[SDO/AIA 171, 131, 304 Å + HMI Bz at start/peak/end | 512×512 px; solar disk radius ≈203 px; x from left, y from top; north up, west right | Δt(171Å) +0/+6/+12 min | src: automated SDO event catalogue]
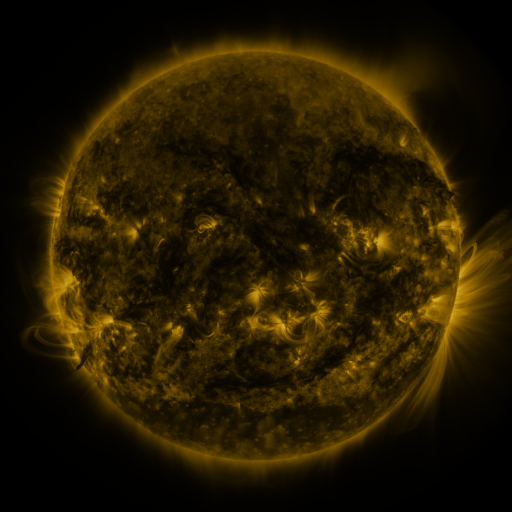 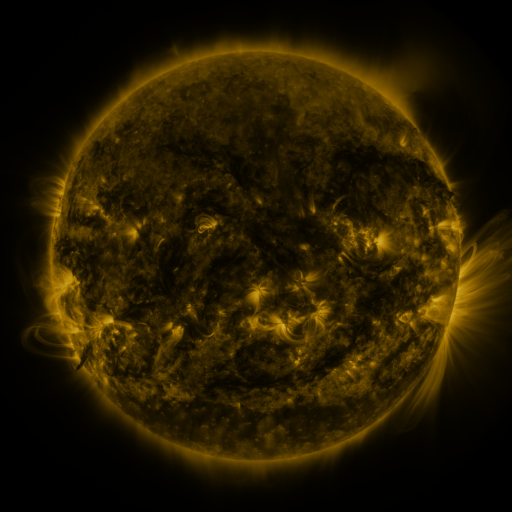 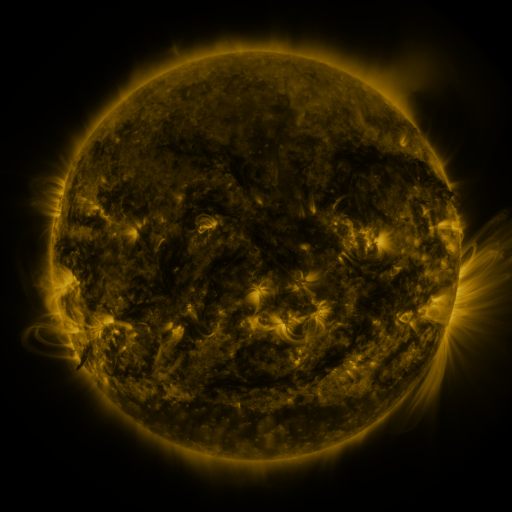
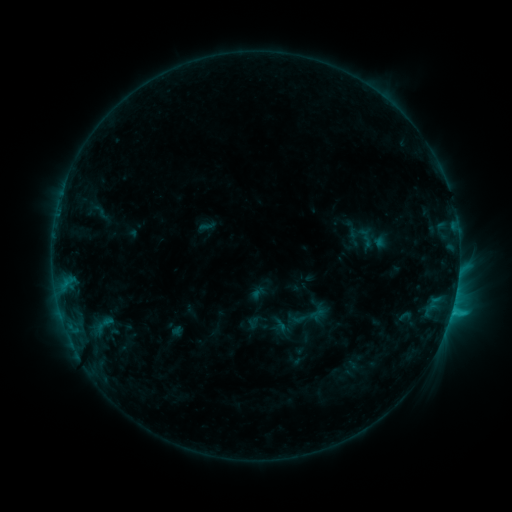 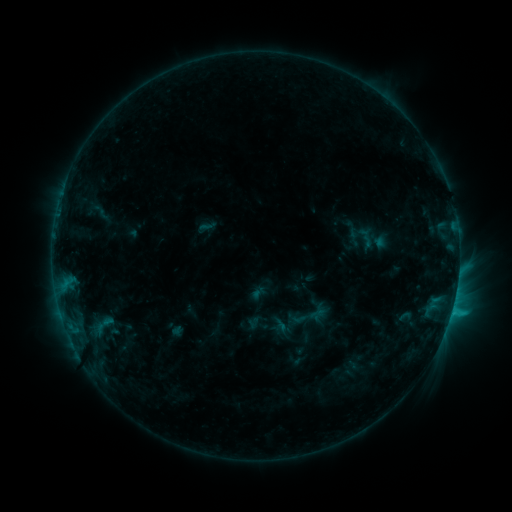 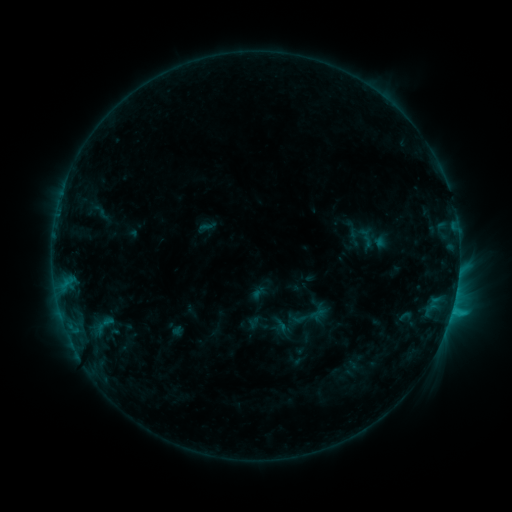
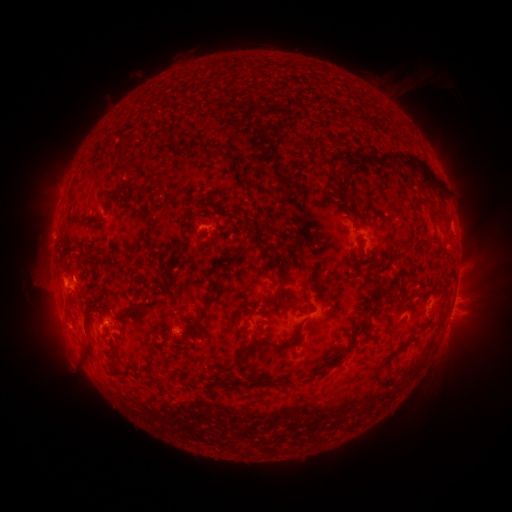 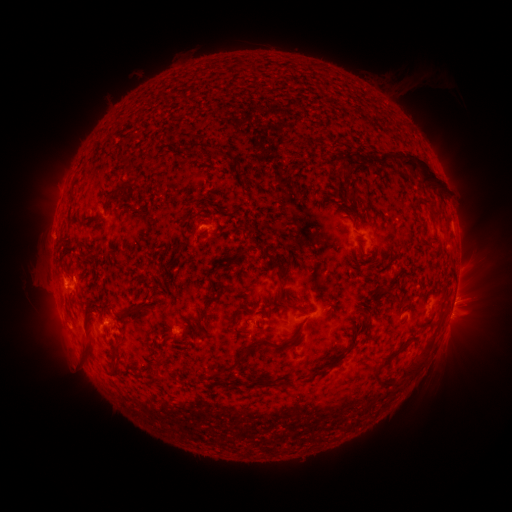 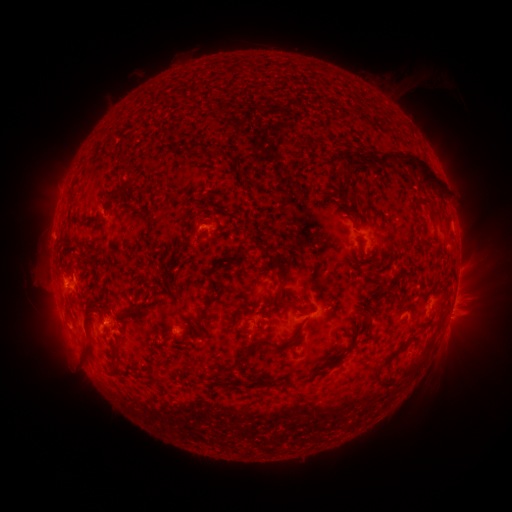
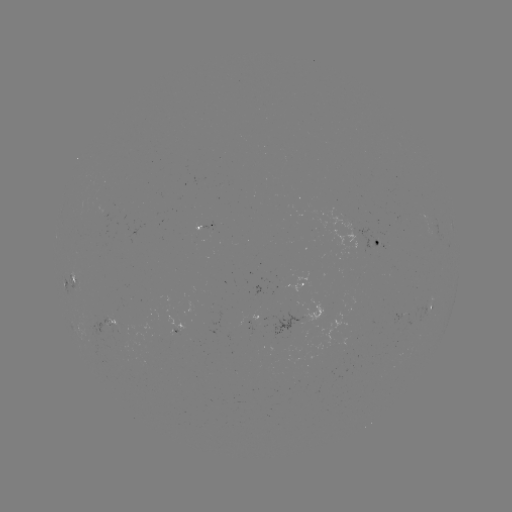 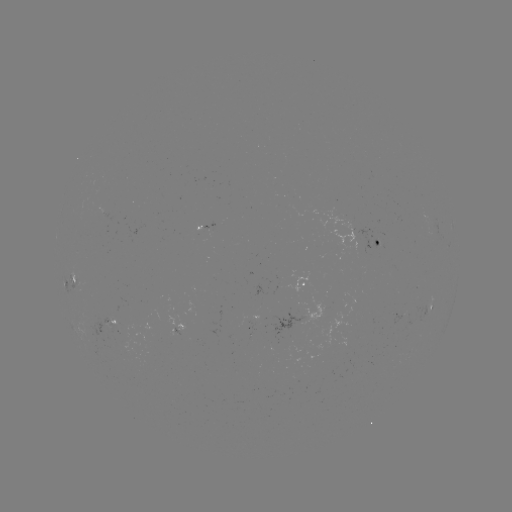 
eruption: <bbox>439, 283, 485, 336</bbox>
